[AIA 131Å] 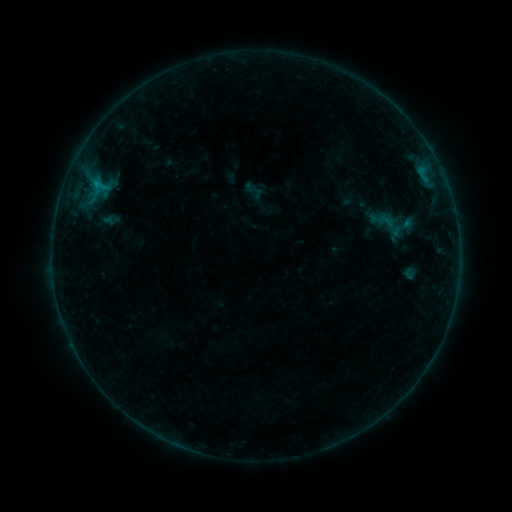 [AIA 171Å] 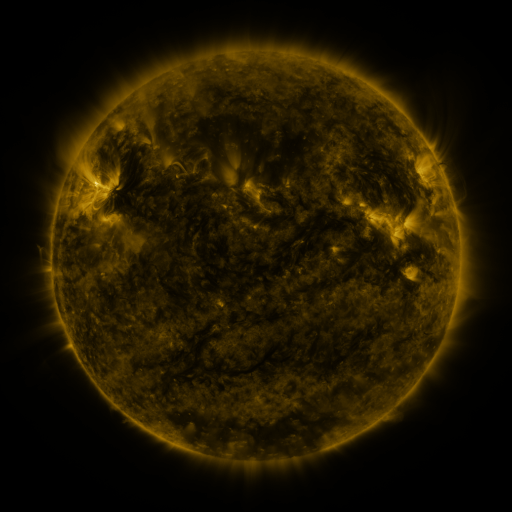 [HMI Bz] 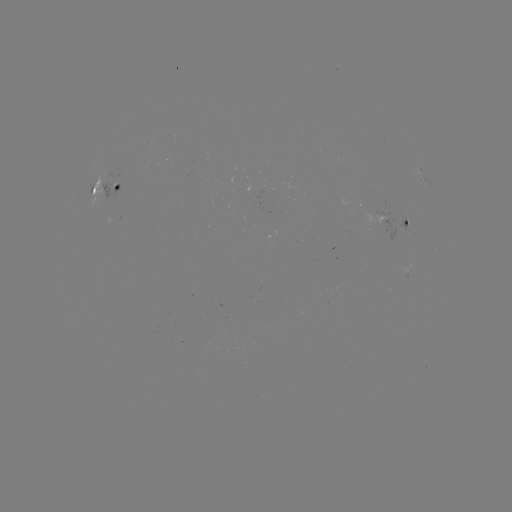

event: sigmoid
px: (386, 222)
